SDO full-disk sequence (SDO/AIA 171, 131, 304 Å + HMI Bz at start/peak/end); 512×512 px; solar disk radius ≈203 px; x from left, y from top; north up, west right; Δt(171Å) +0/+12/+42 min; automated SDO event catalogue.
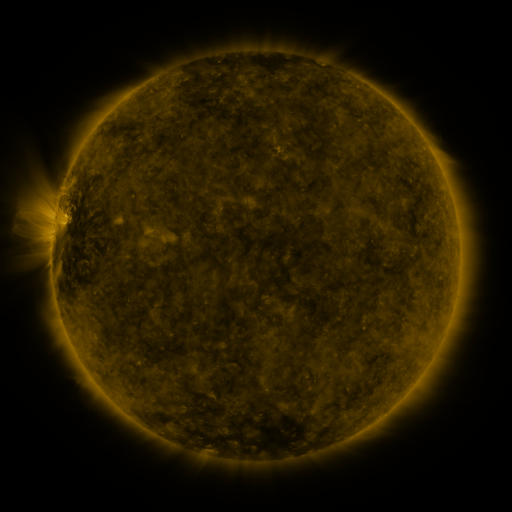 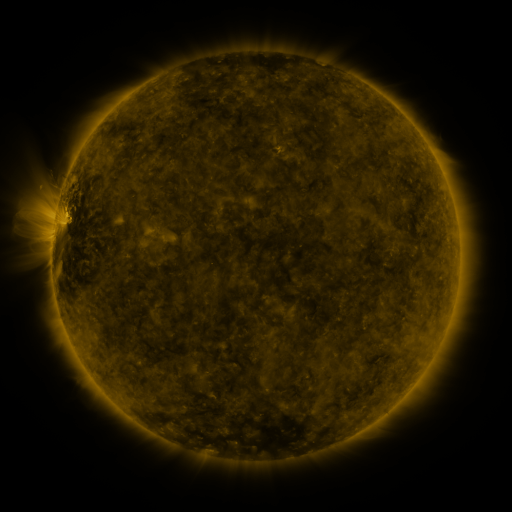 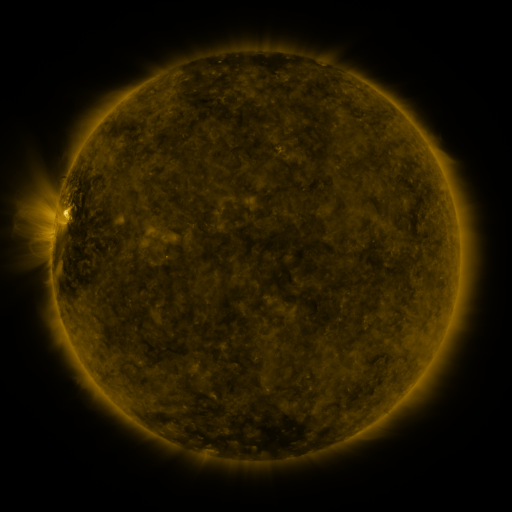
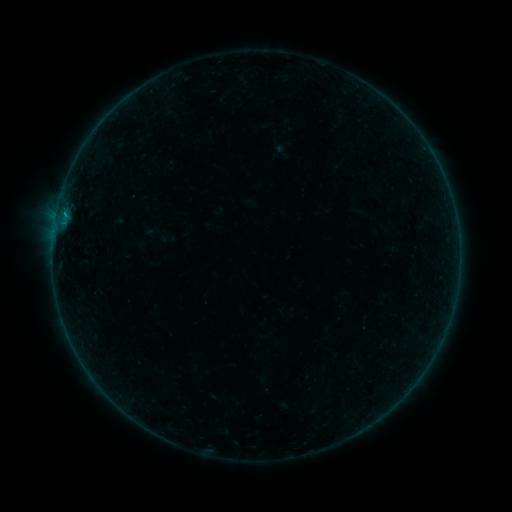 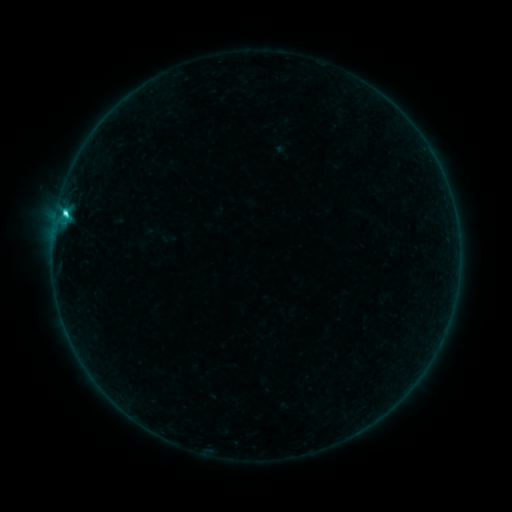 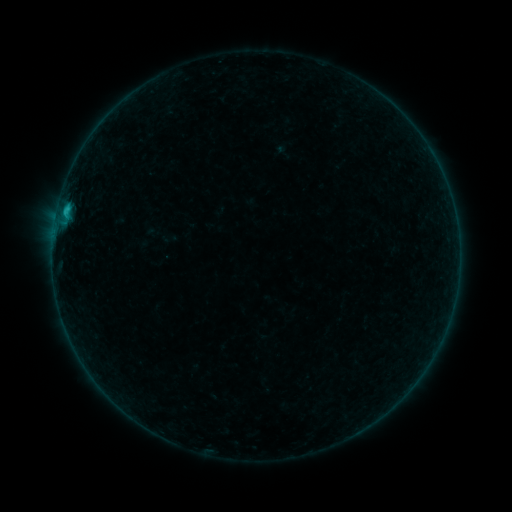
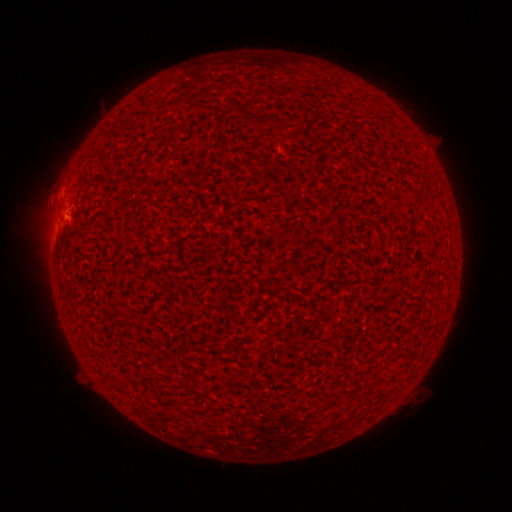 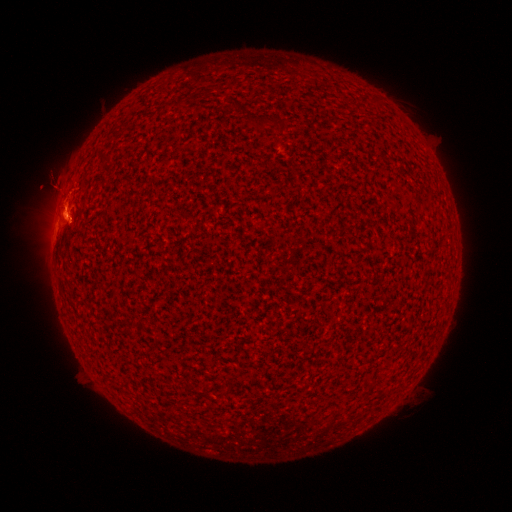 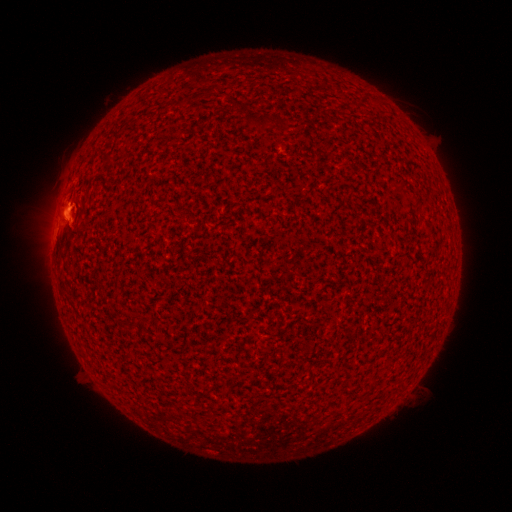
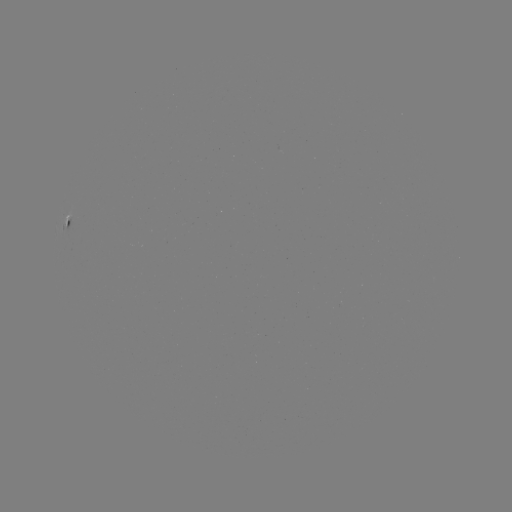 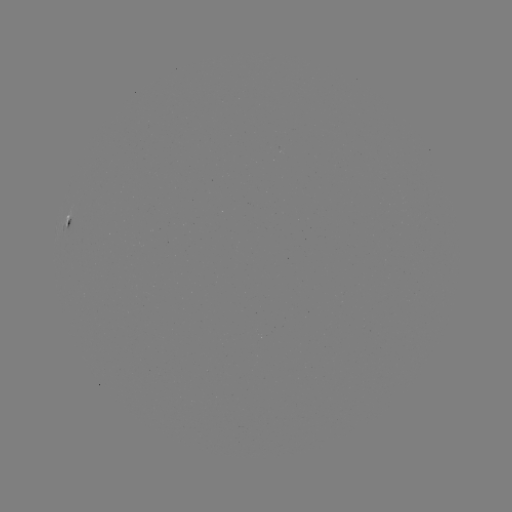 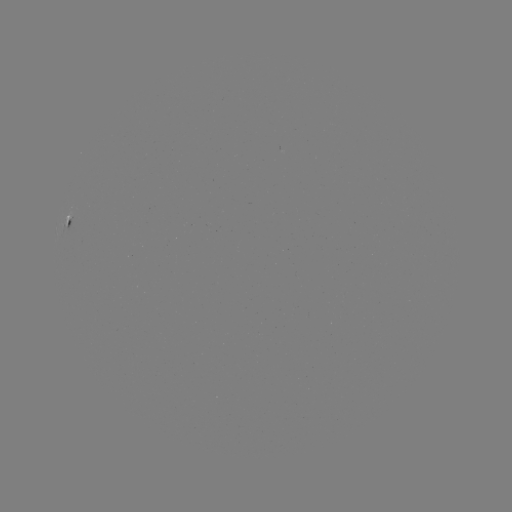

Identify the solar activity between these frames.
C2.1 flare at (65, 216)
